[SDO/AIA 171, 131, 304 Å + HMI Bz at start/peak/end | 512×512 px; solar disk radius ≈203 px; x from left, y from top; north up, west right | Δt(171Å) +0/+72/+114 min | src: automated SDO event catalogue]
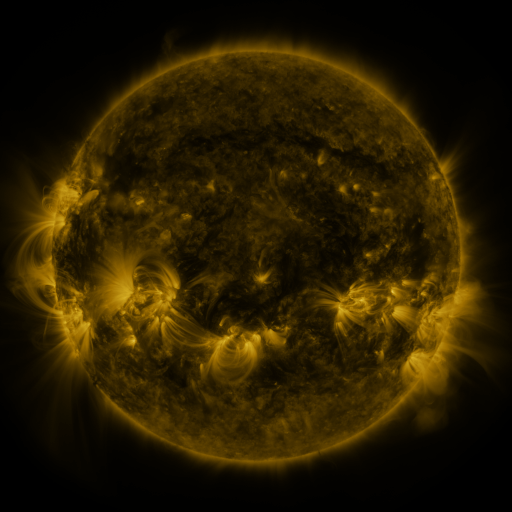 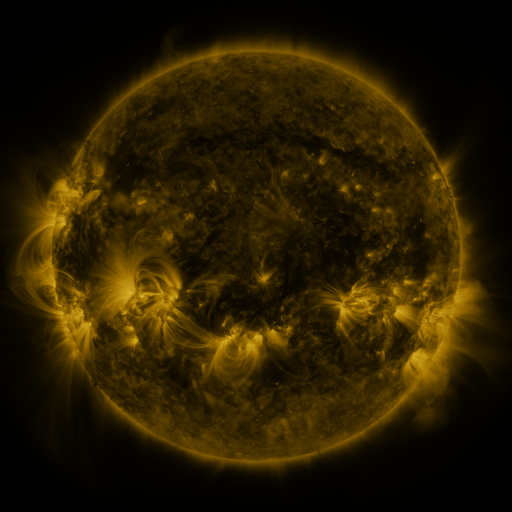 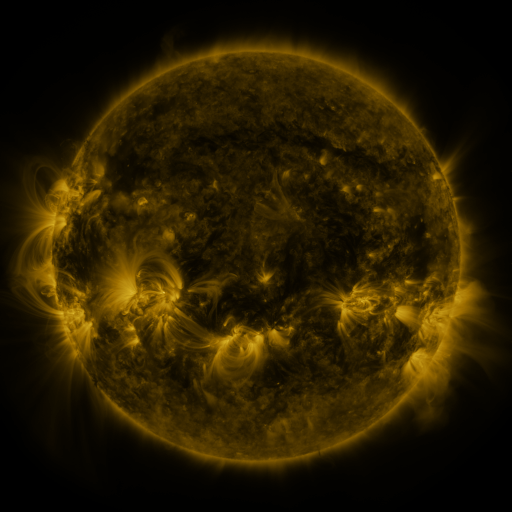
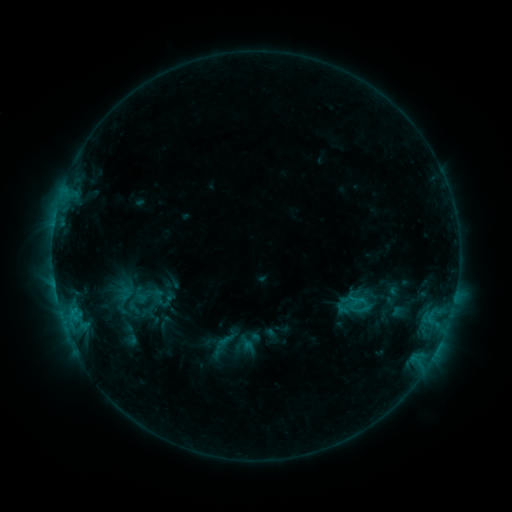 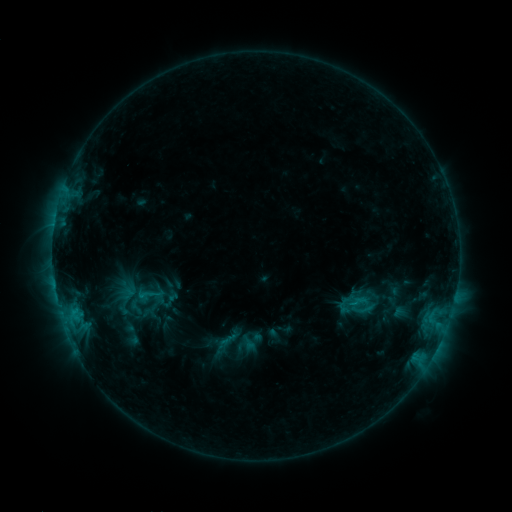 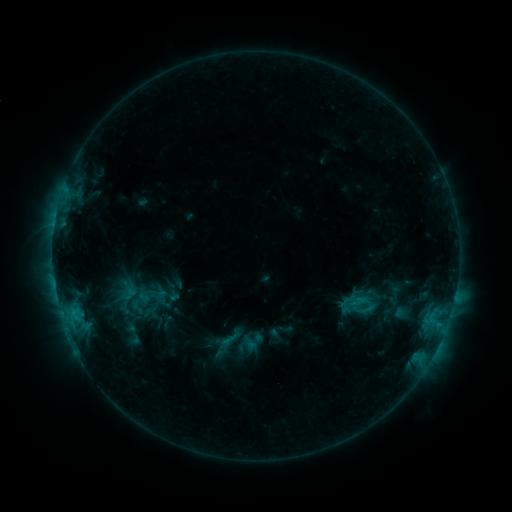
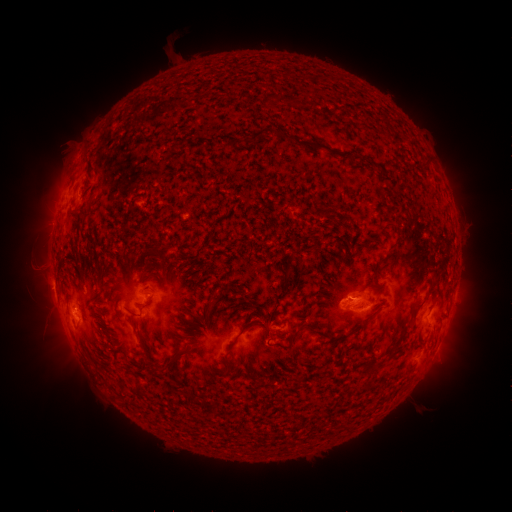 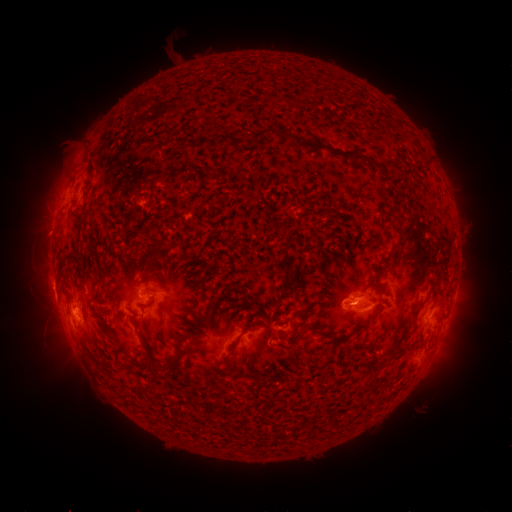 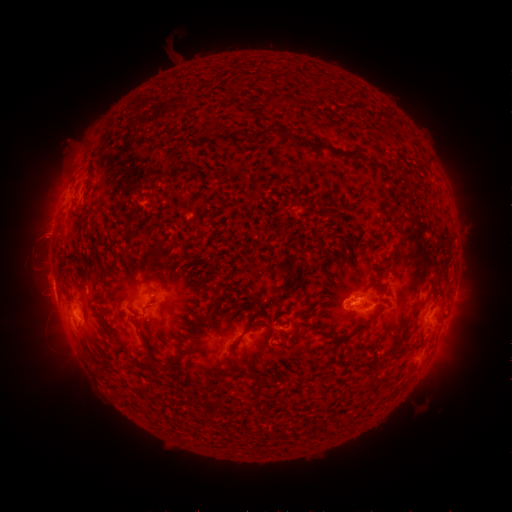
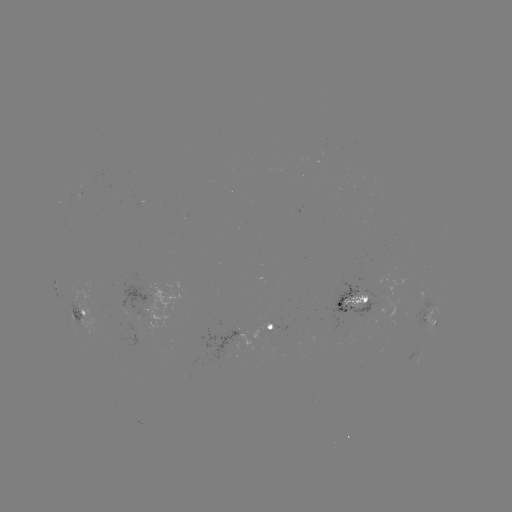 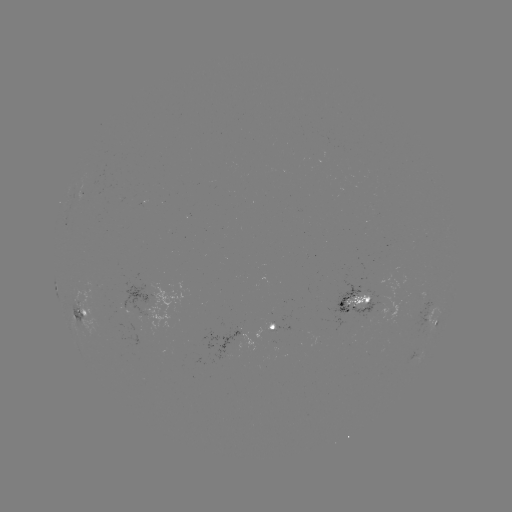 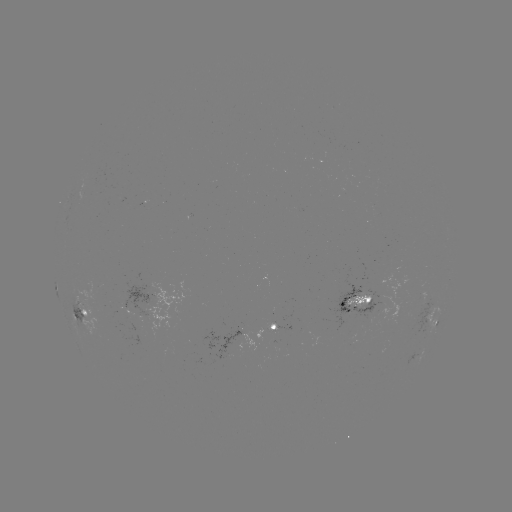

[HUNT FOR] emerging-flux region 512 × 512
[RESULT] (421, 295)